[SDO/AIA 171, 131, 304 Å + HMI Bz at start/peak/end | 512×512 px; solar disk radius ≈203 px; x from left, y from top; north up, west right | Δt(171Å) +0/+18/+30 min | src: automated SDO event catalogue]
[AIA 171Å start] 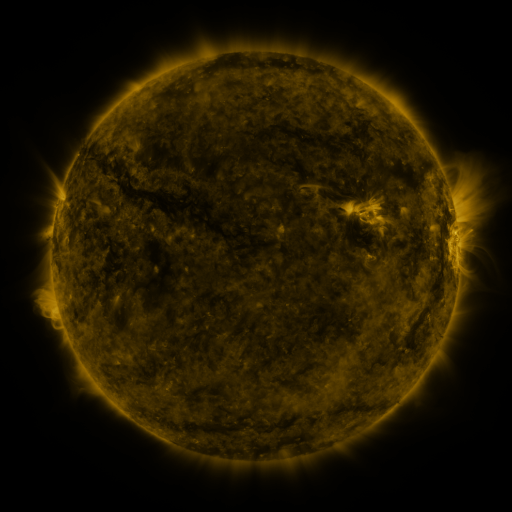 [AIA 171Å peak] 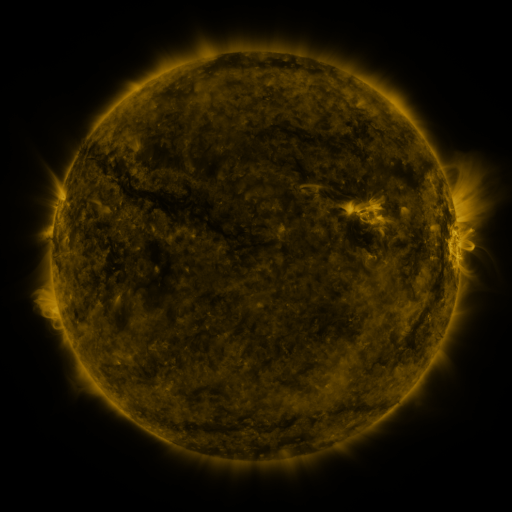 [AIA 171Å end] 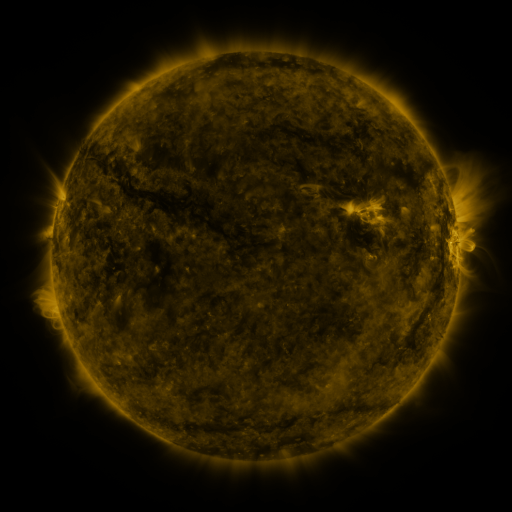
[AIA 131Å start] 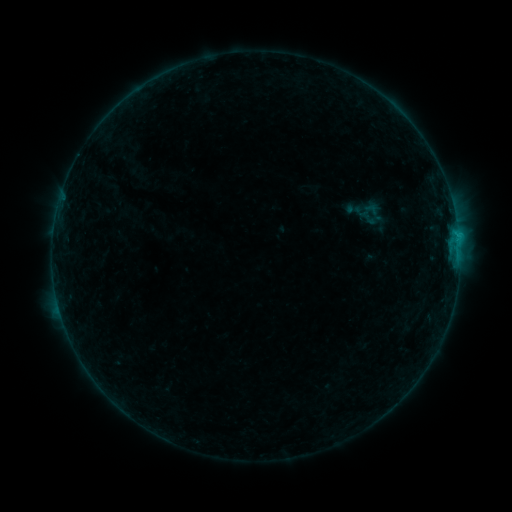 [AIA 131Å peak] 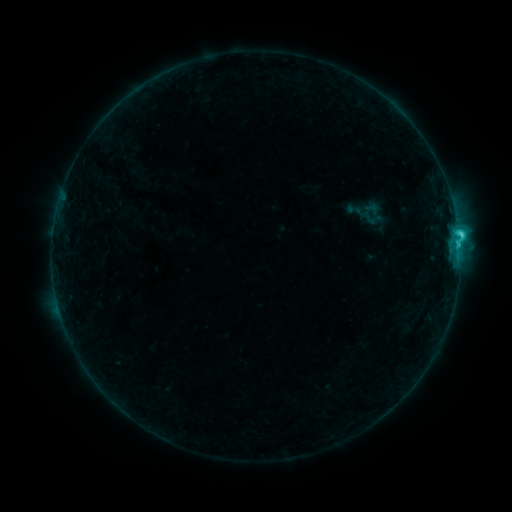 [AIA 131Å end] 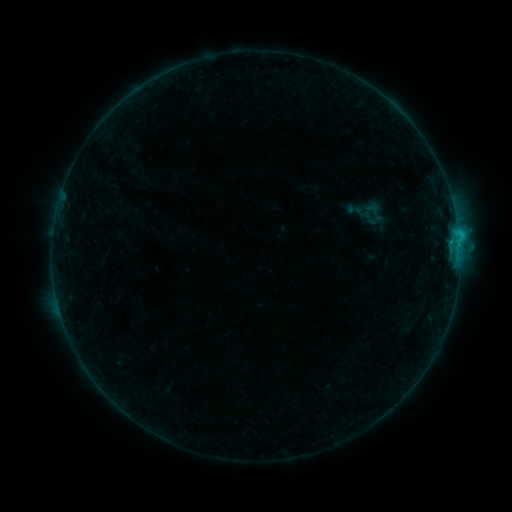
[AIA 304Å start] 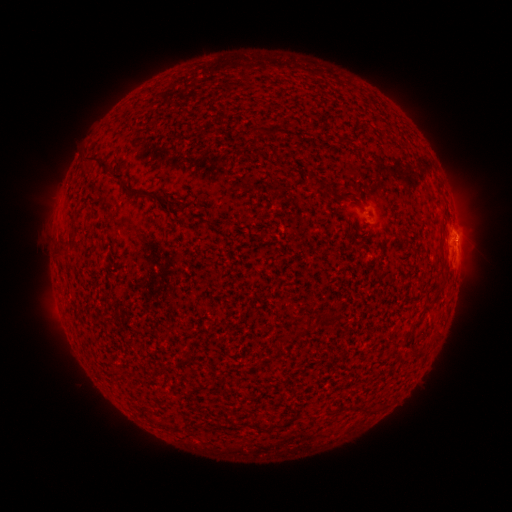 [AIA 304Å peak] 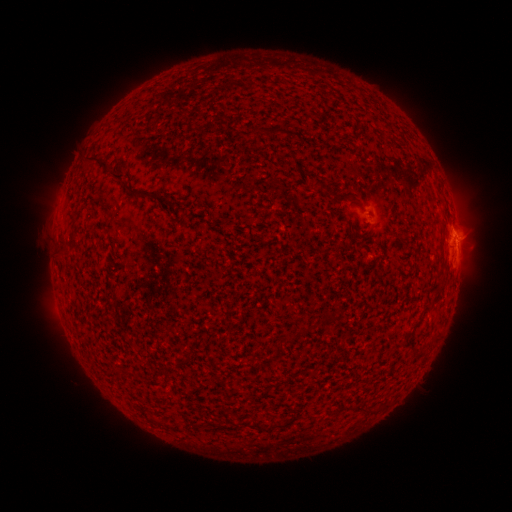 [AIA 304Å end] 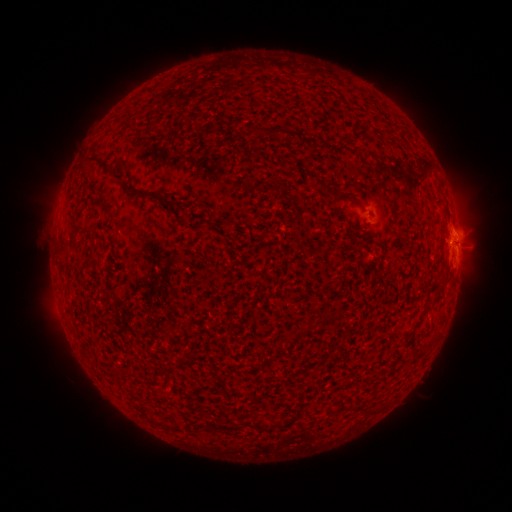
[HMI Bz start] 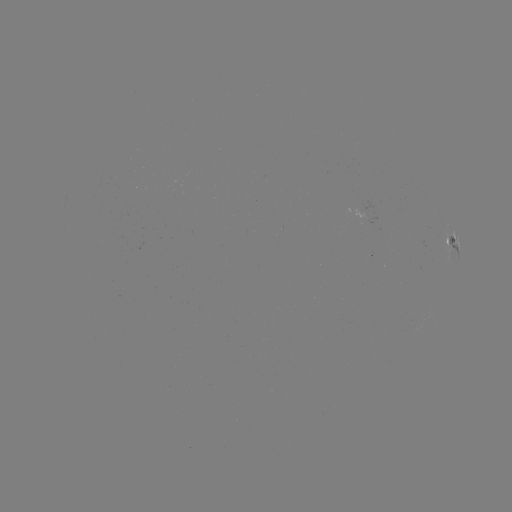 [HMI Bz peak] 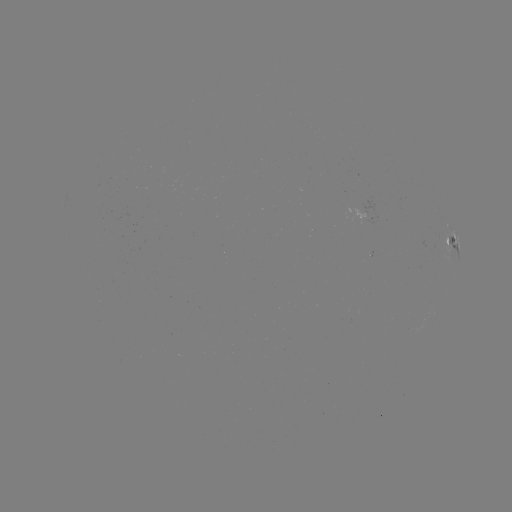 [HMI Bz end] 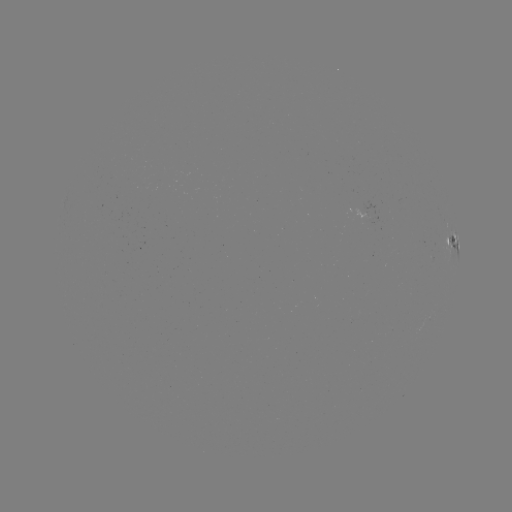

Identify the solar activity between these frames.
C2.4 flare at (458, 238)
